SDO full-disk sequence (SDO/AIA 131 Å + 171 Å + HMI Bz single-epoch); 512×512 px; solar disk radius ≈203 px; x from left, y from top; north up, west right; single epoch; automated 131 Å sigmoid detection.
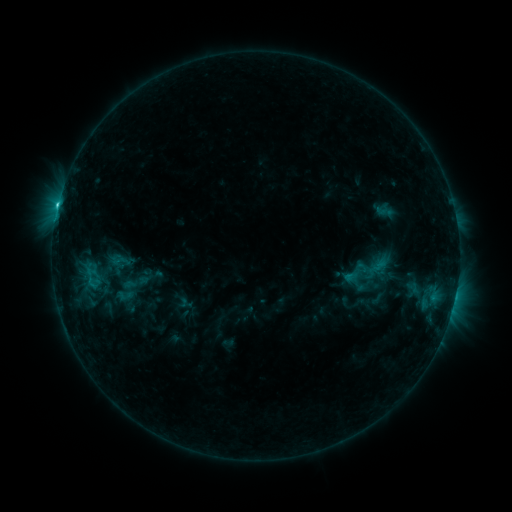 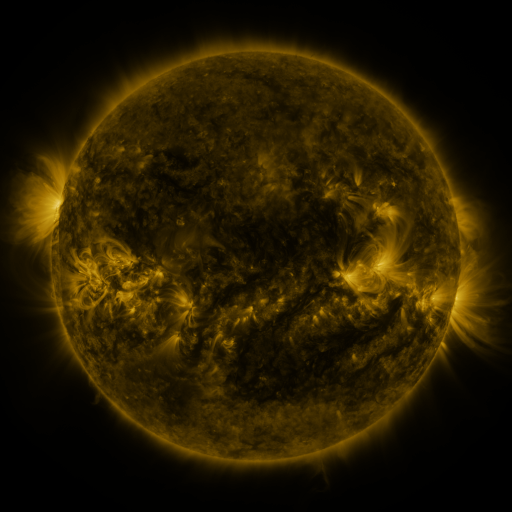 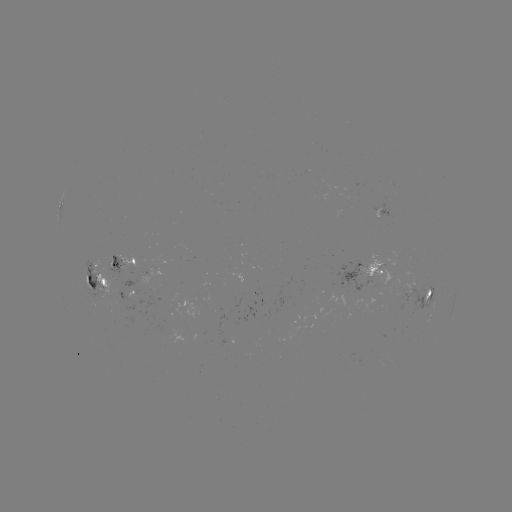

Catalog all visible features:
sigmoid: (120, 260)
sigmoid: (126, 290)
